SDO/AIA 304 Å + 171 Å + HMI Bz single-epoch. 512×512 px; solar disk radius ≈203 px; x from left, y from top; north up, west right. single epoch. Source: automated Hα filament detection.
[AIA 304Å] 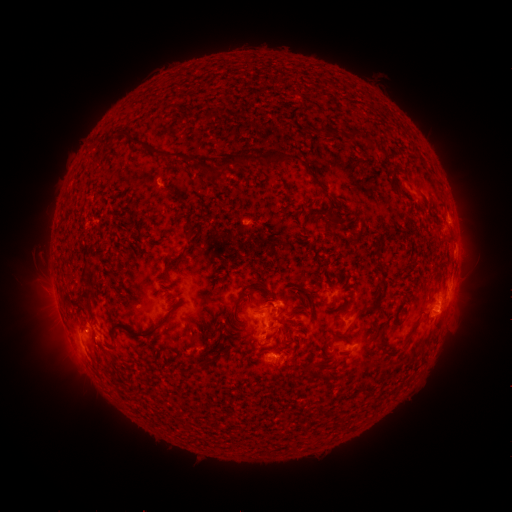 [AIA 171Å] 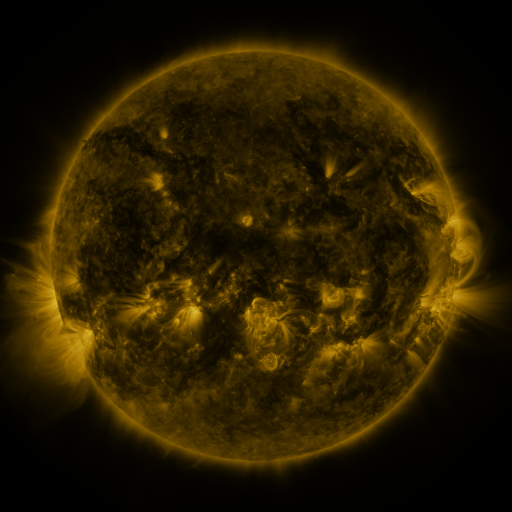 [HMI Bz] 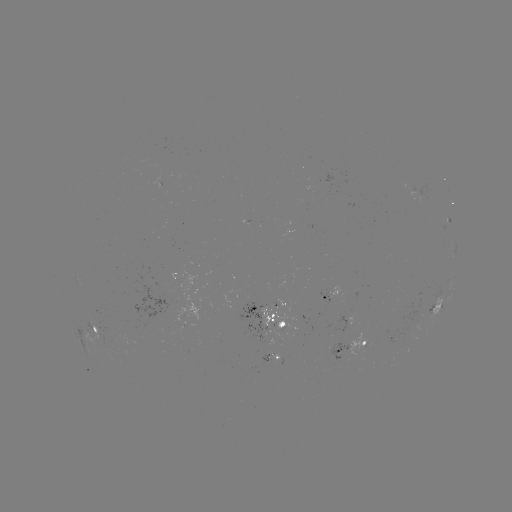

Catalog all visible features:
filament: <bbox>202, 109, 221, 121</bbox>
filament: <bbox>322, 125, 331, 136</bbox>
filament: <bbox>113, 129, 202, 171</bbox>
filament: <bbox>347, 129, 359, 139</bbox>
filament: <bbox>209, 148, 291, 176</bbox>
filament: <bbox>313, 180, 327, 193</bbox>
filament: <bbox>393, 185, 403, 194</bbox>
filament: <bbox>328, 219, 337, 230</bbox>
filament: <bbox>185, 223, 194, 239</bbox>
filament: <bbox>443, 231, 453, 241</bbox>
filament: <bbox>373, 252, 381, 267</bbox>
filament: <bbox>237, 279, 264, 303</bbox>
filament: <bbox>78, 291, 93, 304</bbox>
filament: <bbox>351, 305, 367, 314</bbox>
filament: <bbox>144, 307, 176, 338</bbox>
filament: <bbox>410, 317, 421, 333</bbox>
filament: <bbox>110, 325, 139, 344</bbox>
filament: <bbox>379, 326, 388, 341</bbox>
filament: <bbox>385, 345, 404, 356</bbox>
filament: <bbox>199, 354, 212, 368</bbox>
filament: <bbox>110, 377, 123, 392</bbox>
